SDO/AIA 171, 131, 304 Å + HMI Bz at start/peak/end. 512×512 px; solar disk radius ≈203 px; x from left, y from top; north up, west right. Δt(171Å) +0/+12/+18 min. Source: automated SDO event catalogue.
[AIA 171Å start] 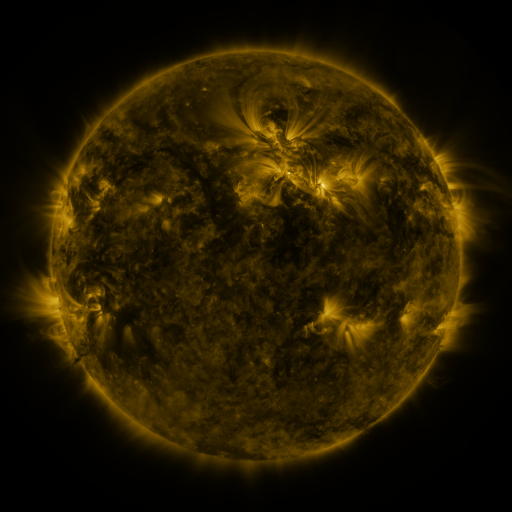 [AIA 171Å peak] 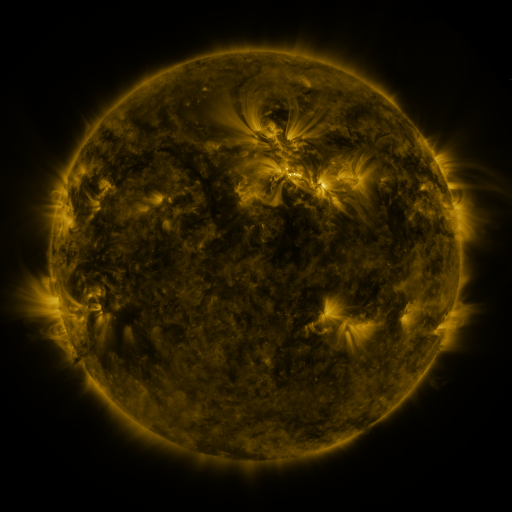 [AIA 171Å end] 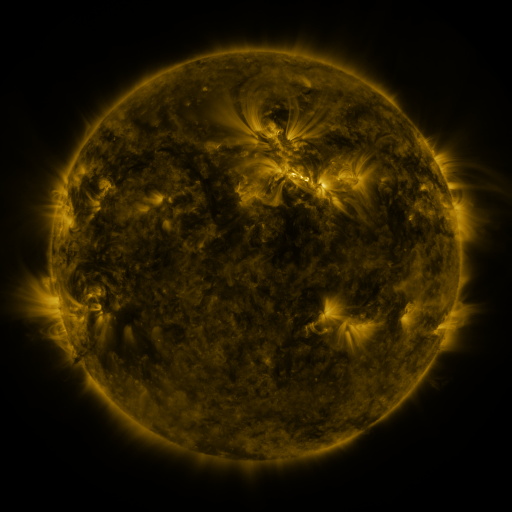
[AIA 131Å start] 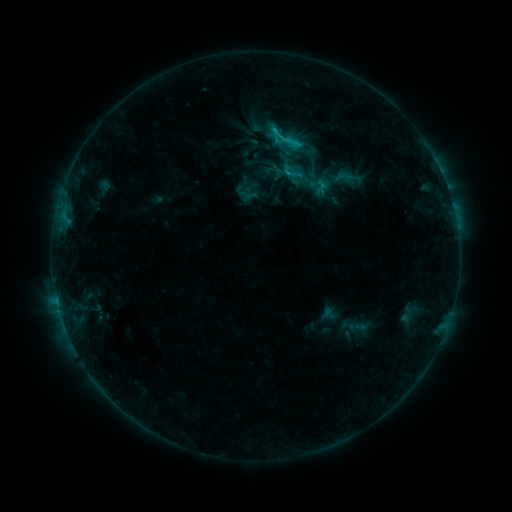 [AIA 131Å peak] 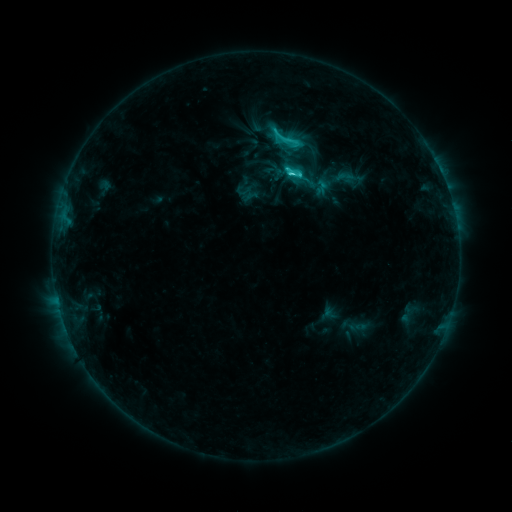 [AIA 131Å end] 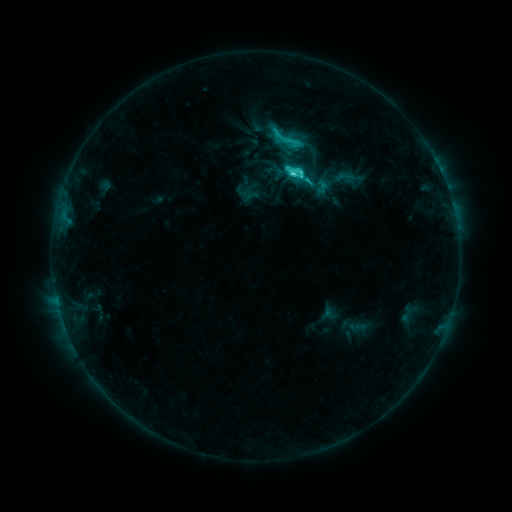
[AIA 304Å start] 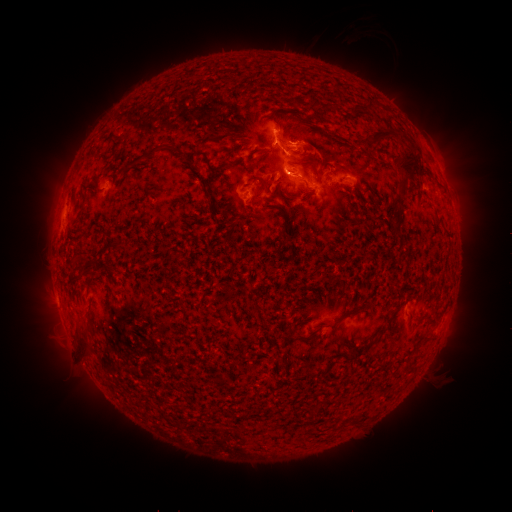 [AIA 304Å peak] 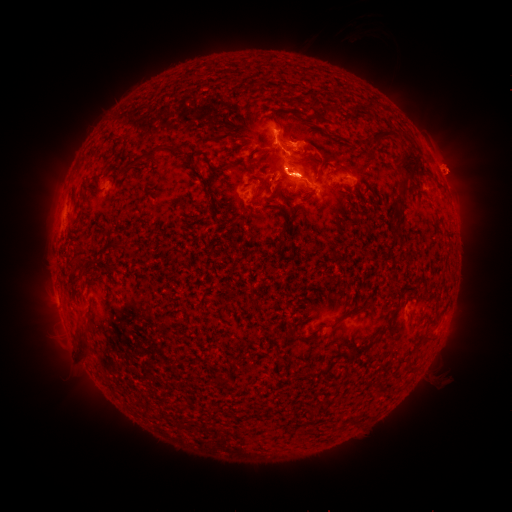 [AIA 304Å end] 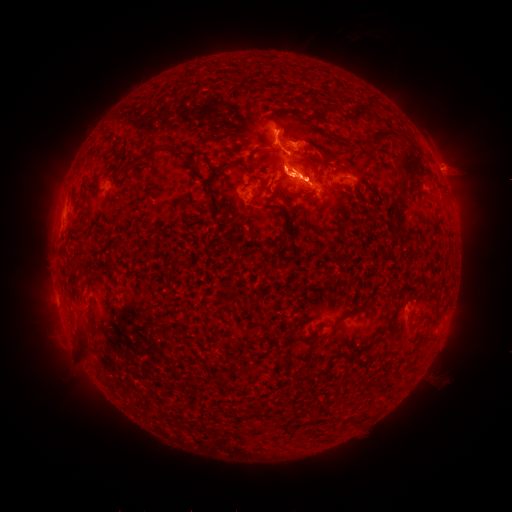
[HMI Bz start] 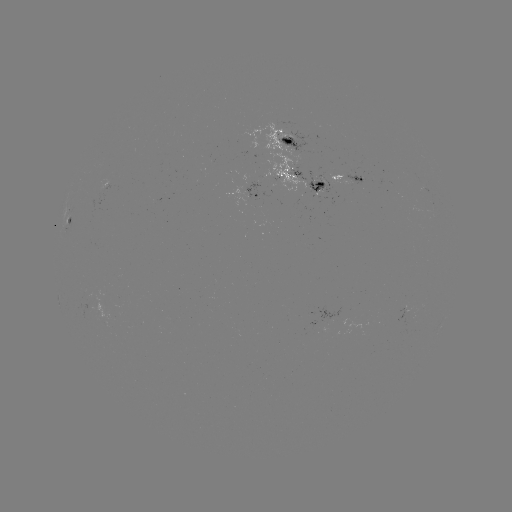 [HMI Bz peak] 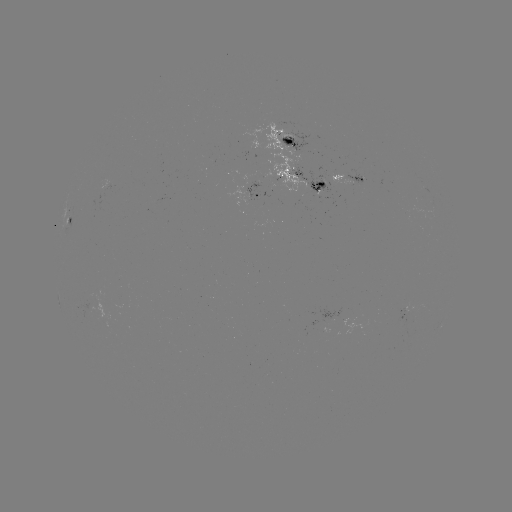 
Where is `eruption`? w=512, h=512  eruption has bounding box [252, 143, 332, 245].